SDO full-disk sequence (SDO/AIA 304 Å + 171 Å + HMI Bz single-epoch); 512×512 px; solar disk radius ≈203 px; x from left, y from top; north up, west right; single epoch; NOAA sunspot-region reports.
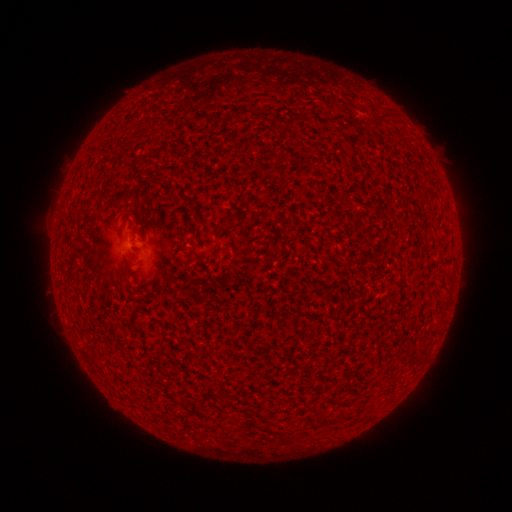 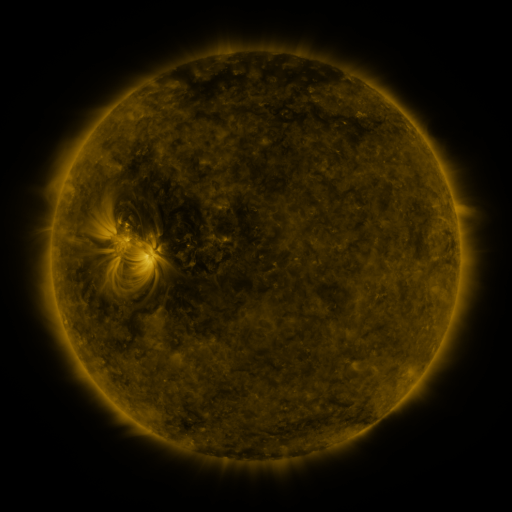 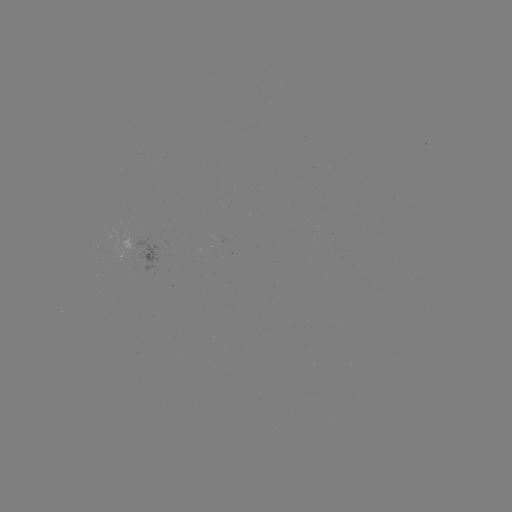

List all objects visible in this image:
(none)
